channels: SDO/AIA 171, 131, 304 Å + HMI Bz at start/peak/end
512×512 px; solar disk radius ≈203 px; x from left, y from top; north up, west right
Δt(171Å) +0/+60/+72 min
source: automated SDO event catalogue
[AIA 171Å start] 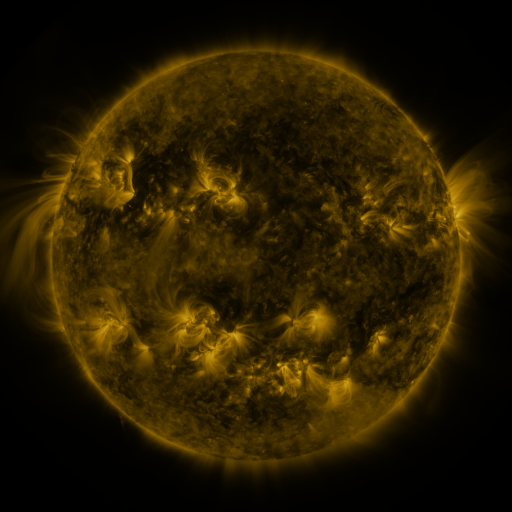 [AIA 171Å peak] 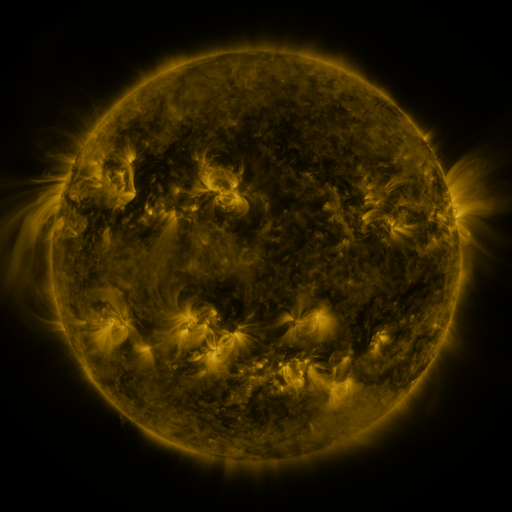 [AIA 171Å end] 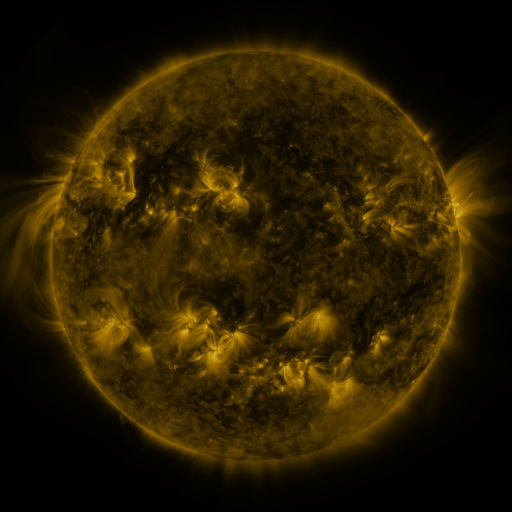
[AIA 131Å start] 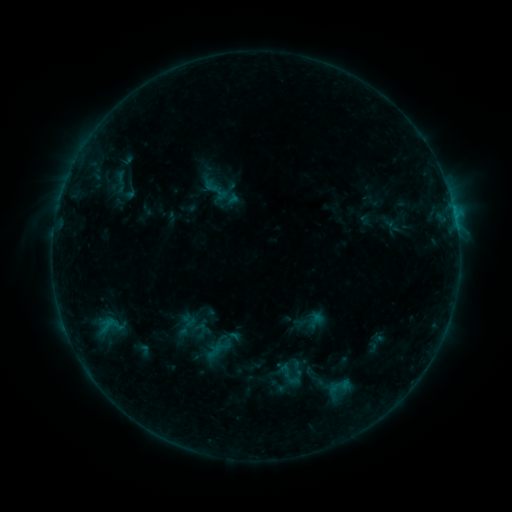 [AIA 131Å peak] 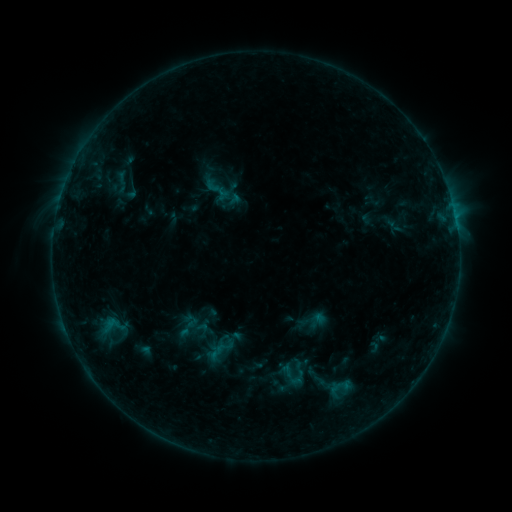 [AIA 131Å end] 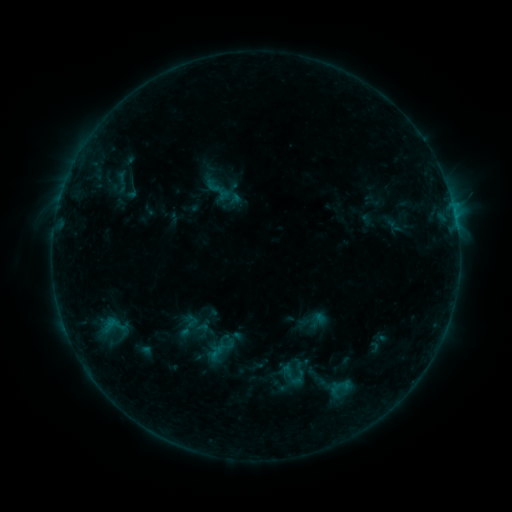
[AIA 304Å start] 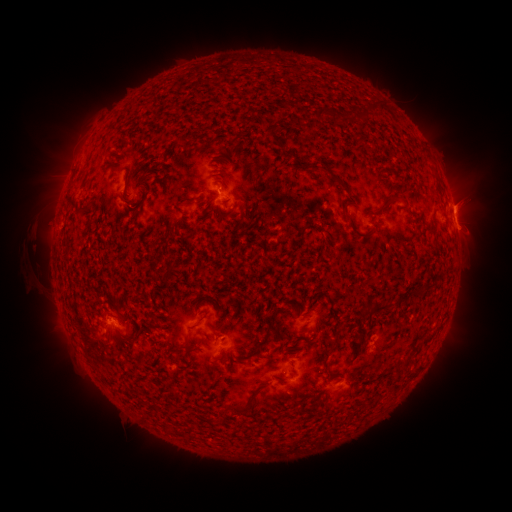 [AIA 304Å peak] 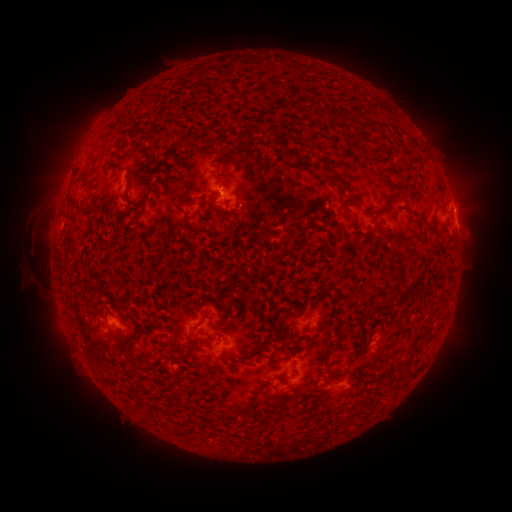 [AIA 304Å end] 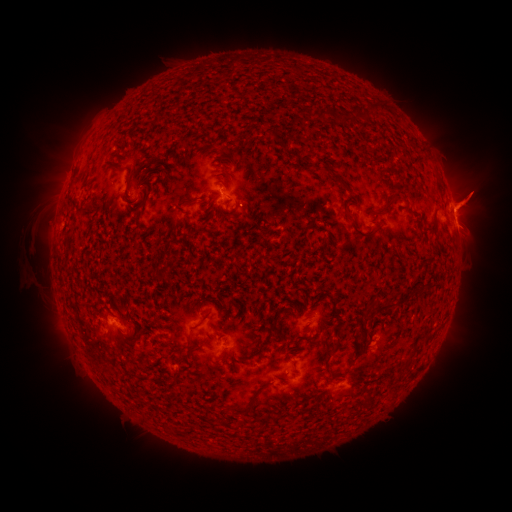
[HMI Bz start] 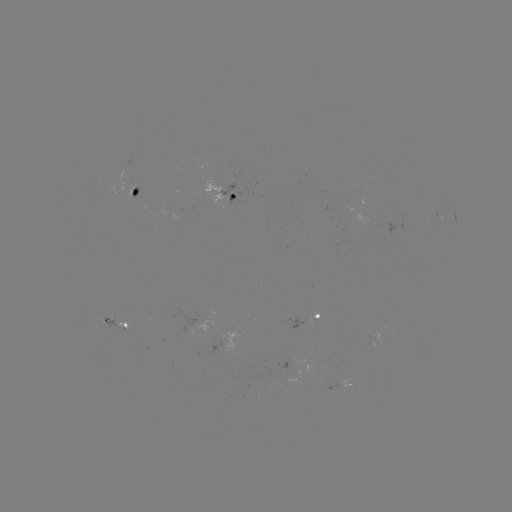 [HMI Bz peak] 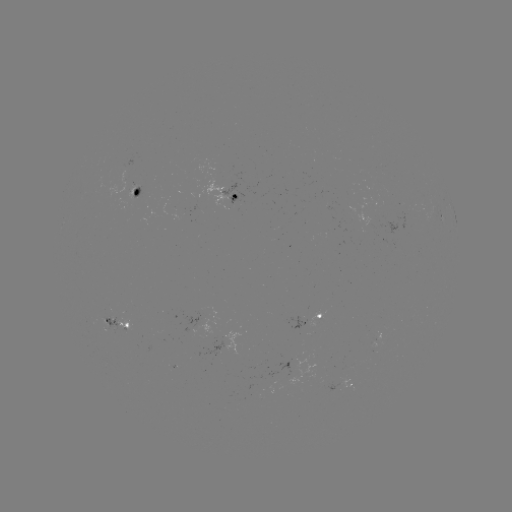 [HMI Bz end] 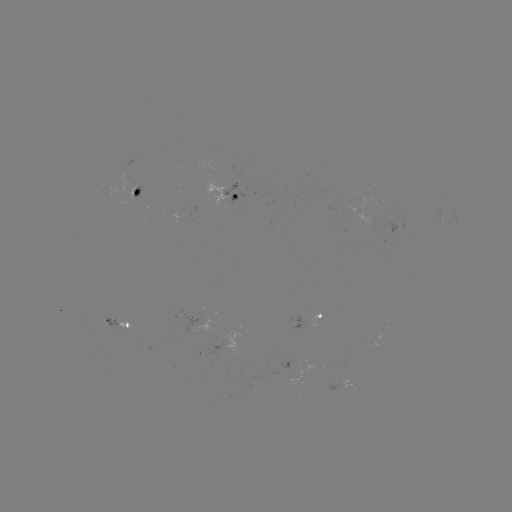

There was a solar emerging-flux region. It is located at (130, 196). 